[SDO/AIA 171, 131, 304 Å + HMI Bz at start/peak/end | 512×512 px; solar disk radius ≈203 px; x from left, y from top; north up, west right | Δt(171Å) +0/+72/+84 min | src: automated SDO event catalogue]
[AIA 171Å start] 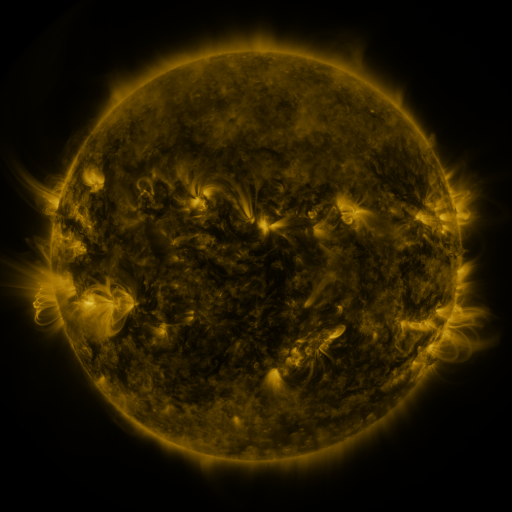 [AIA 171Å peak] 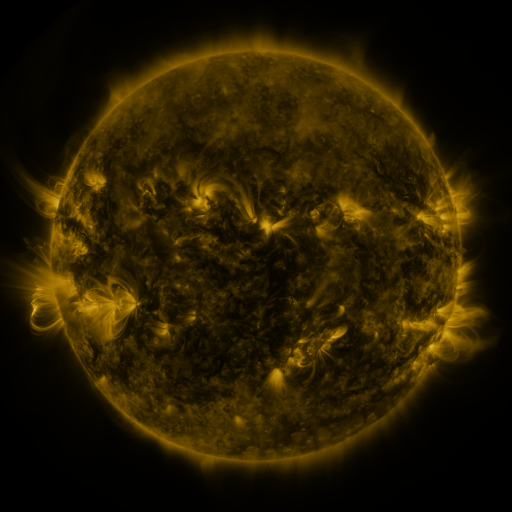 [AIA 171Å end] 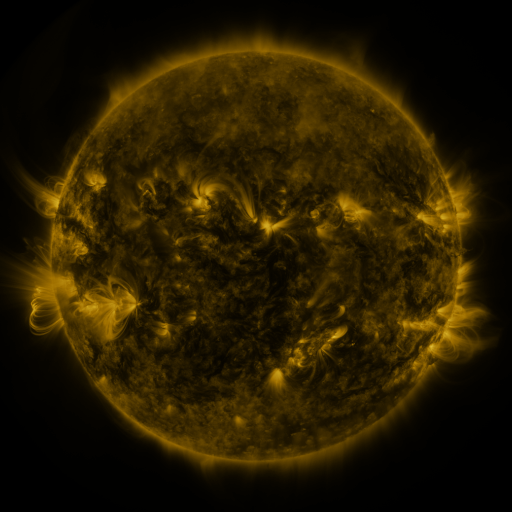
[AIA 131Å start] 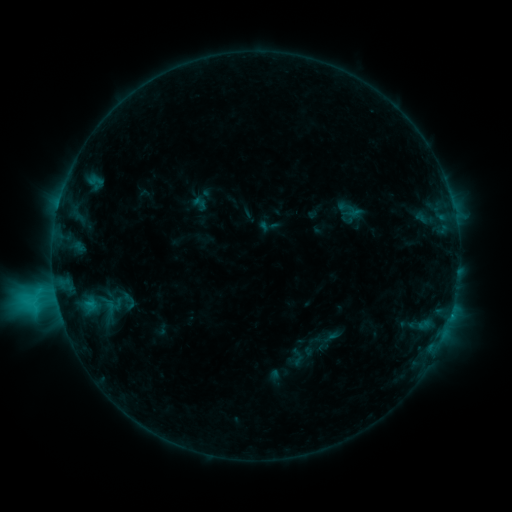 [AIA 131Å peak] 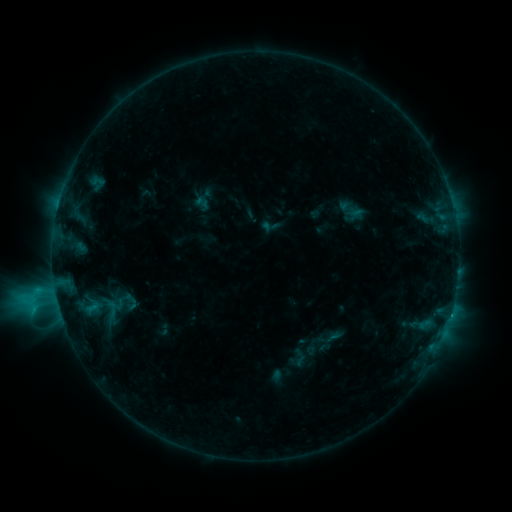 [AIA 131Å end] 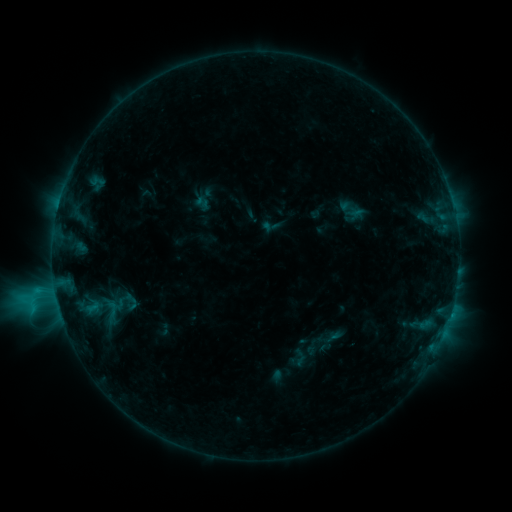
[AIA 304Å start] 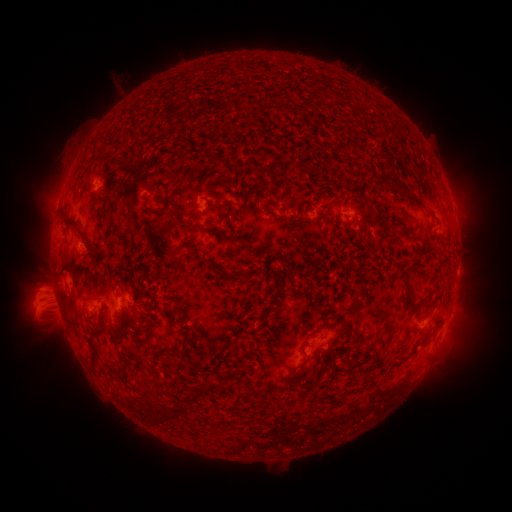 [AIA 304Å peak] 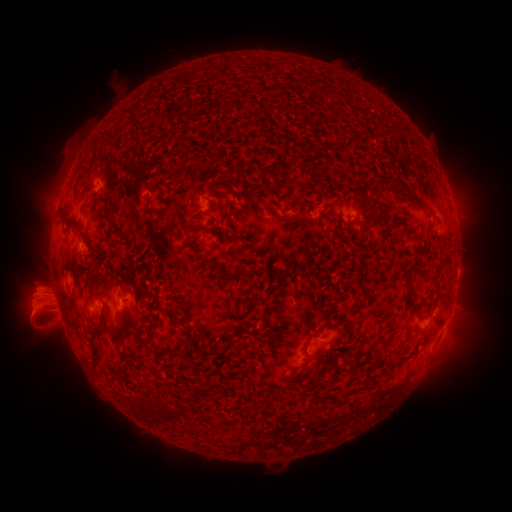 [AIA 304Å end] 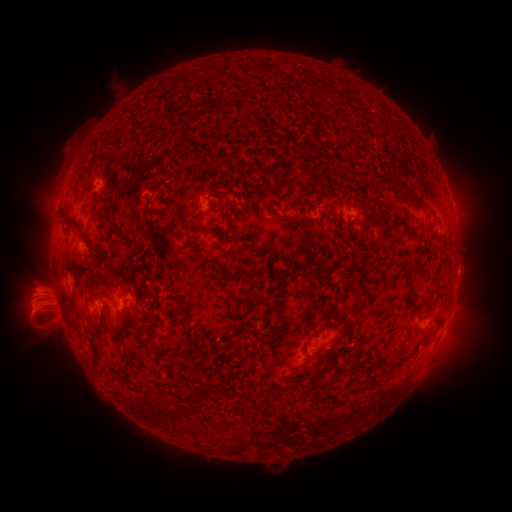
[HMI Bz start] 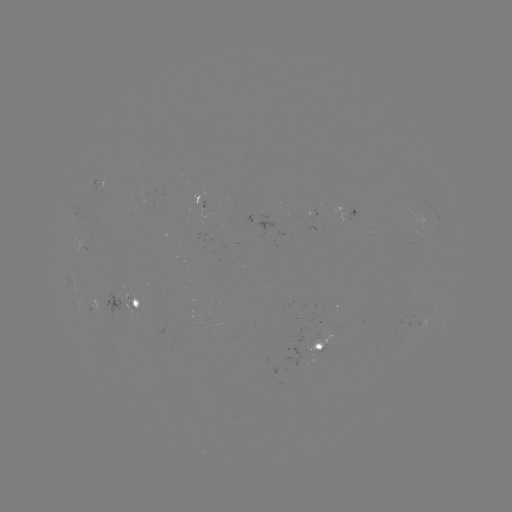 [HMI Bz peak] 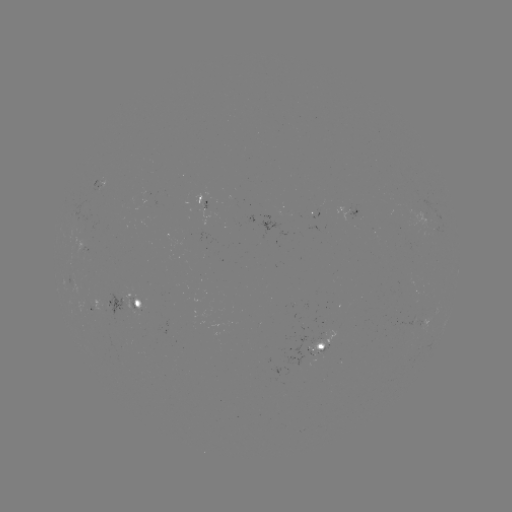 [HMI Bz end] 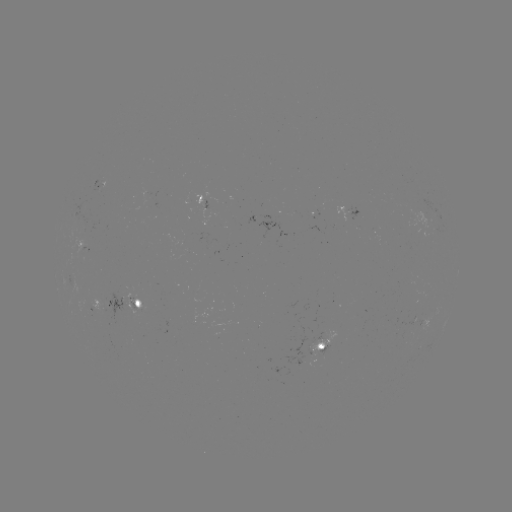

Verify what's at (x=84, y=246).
emerging-flux region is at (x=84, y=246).